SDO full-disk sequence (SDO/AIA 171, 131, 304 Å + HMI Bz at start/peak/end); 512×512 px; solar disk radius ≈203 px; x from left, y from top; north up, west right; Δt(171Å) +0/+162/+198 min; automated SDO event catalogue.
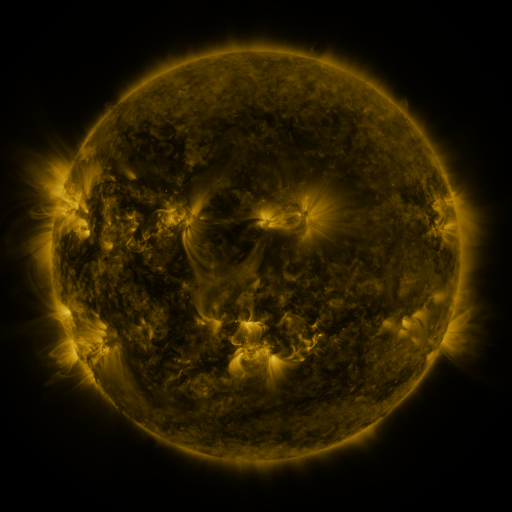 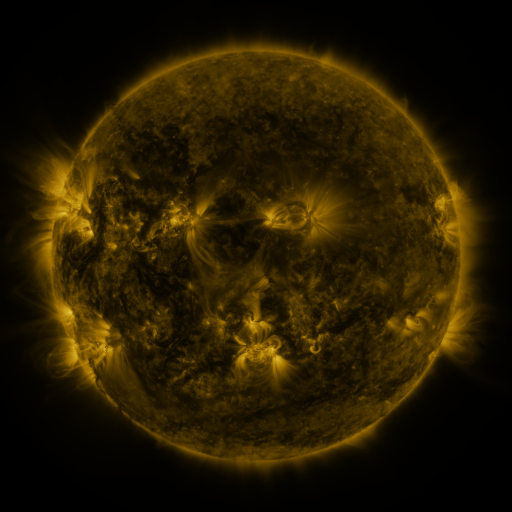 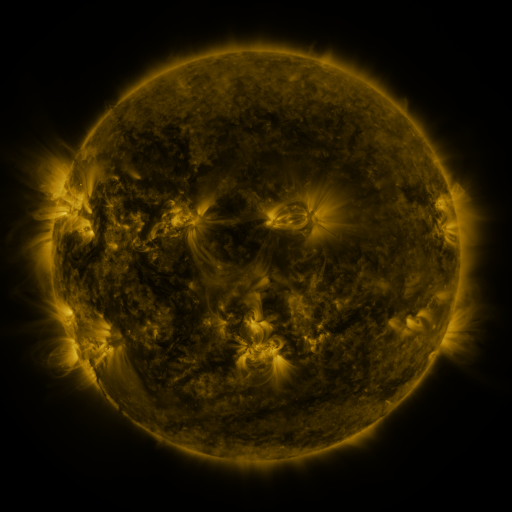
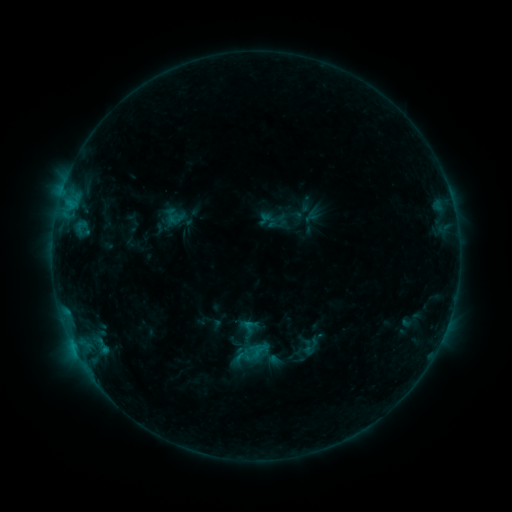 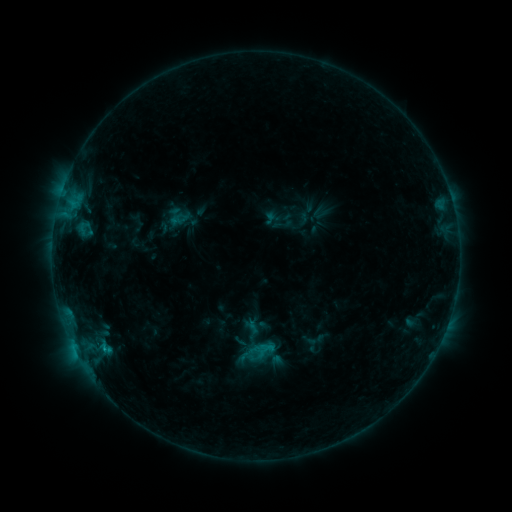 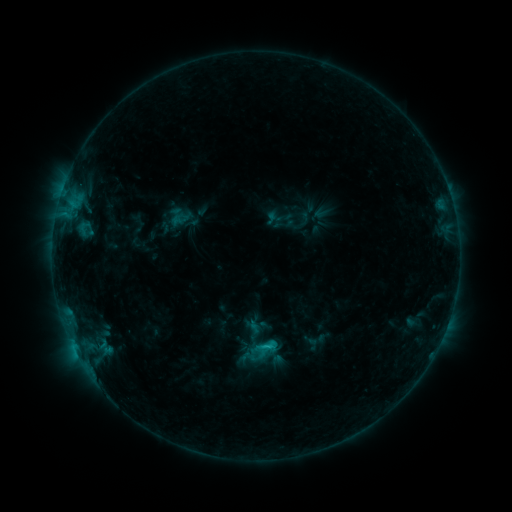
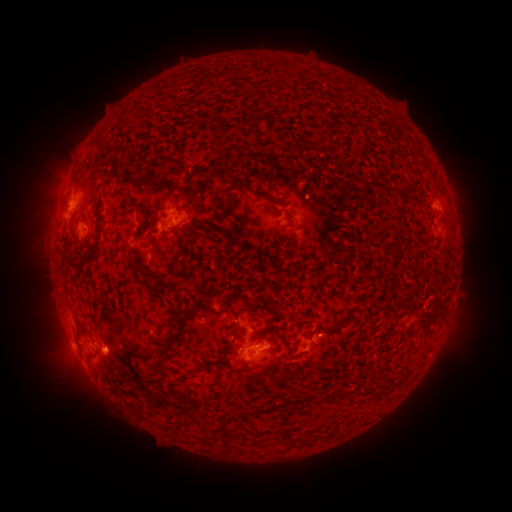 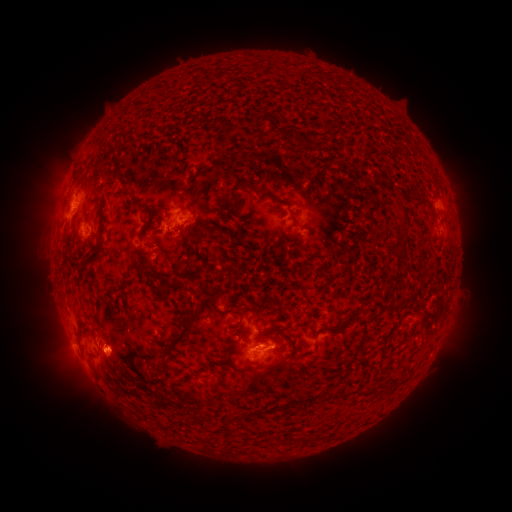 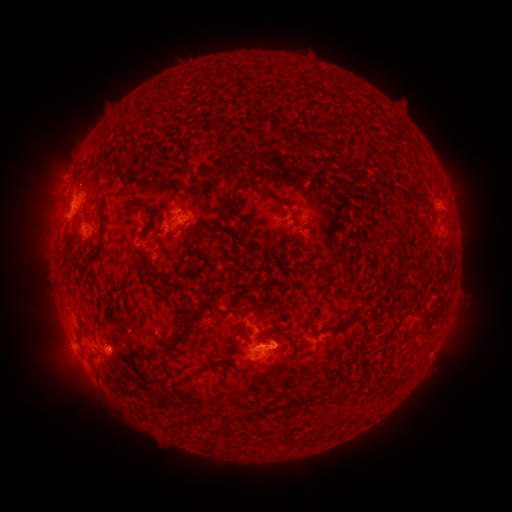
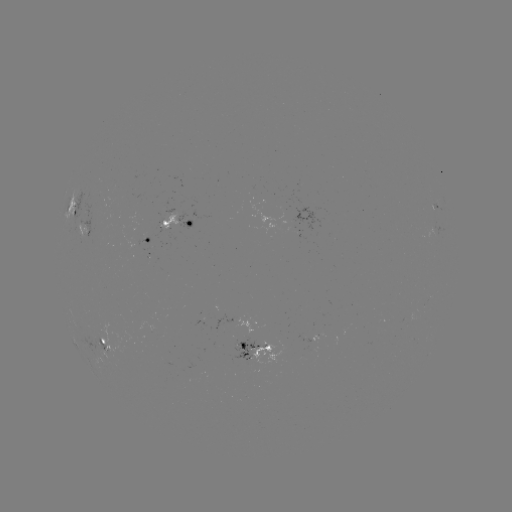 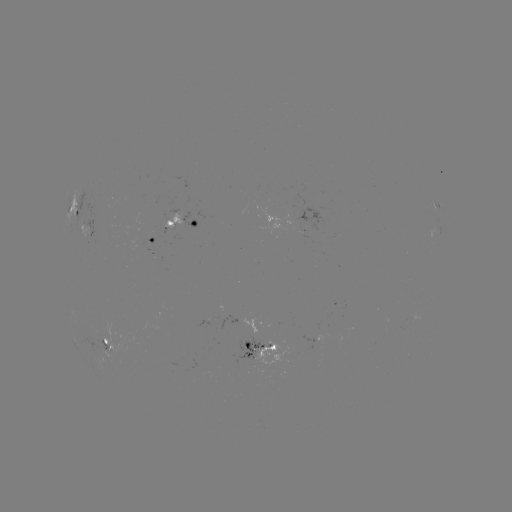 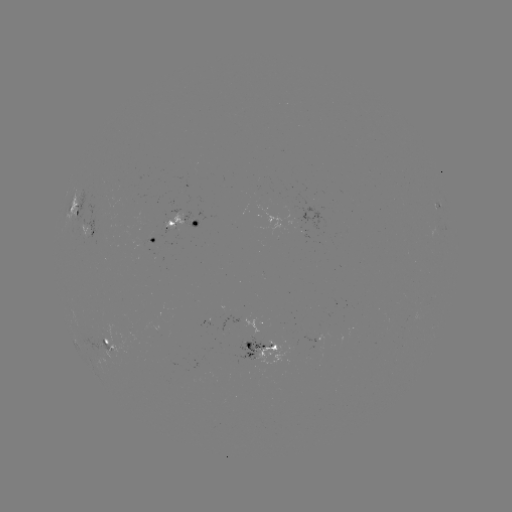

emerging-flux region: <bbox>302, 333, 328, 342</bbox>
